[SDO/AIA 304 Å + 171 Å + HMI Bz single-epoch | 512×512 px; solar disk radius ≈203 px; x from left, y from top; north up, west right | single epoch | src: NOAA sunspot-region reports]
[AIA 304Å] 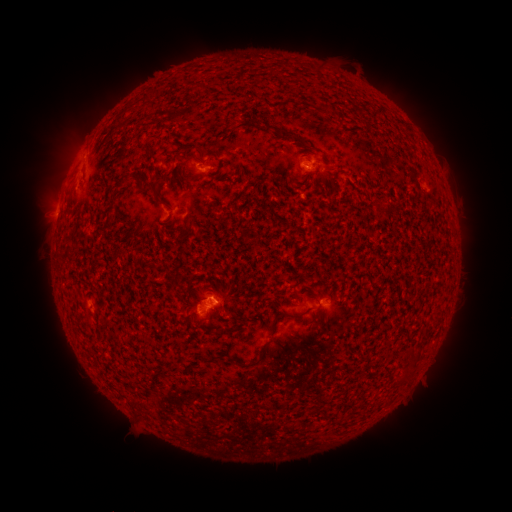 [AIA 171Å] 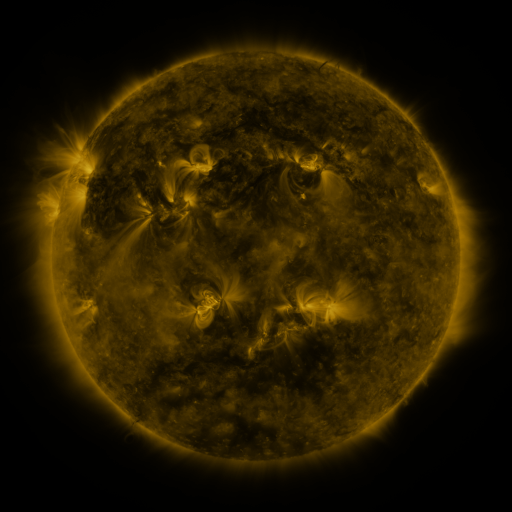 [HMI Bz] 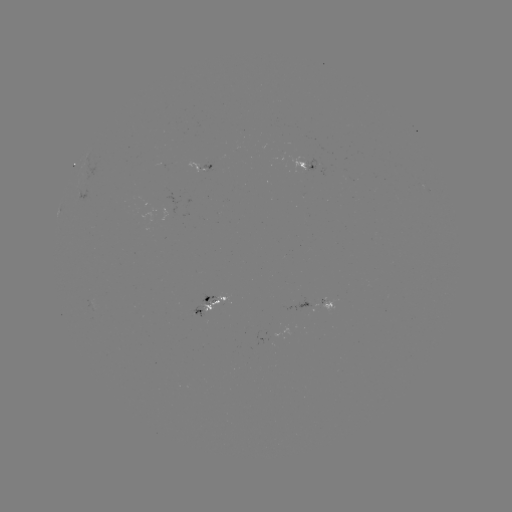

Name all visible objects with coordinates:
spotted active region: (225, 167)
spotted active region: (315, 171)
spotted active region: (219, 299)
spotted active region: (327, 307)
